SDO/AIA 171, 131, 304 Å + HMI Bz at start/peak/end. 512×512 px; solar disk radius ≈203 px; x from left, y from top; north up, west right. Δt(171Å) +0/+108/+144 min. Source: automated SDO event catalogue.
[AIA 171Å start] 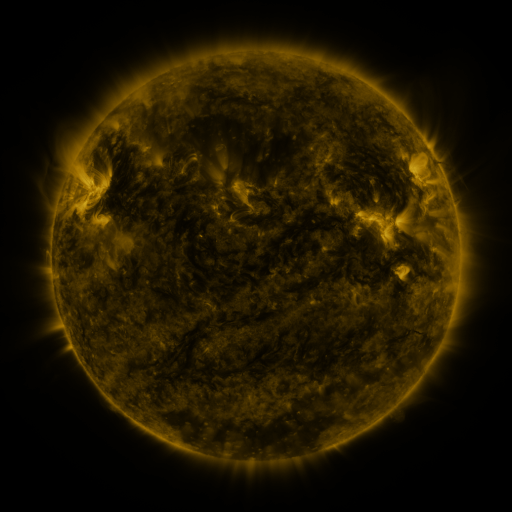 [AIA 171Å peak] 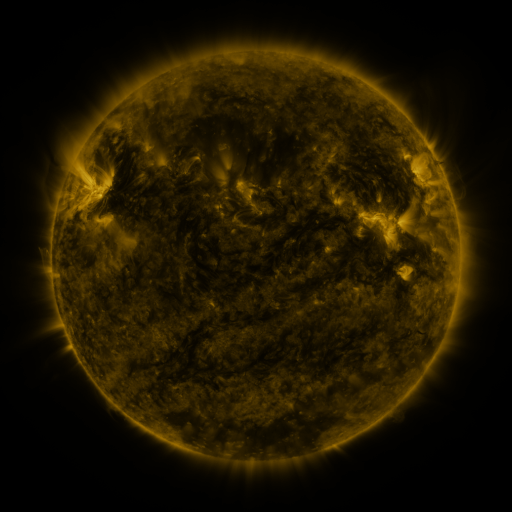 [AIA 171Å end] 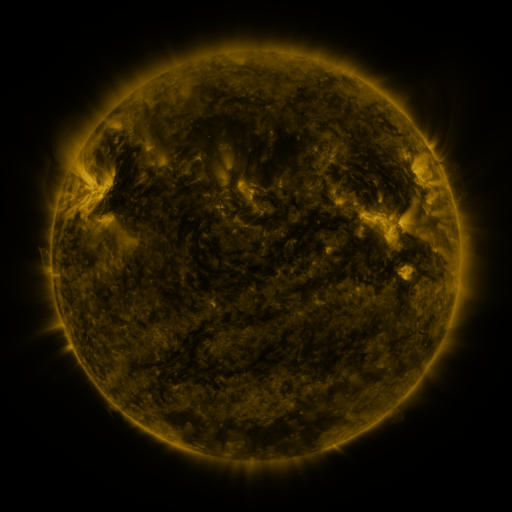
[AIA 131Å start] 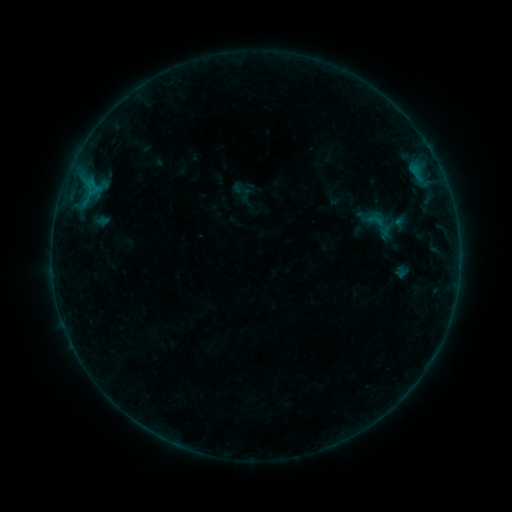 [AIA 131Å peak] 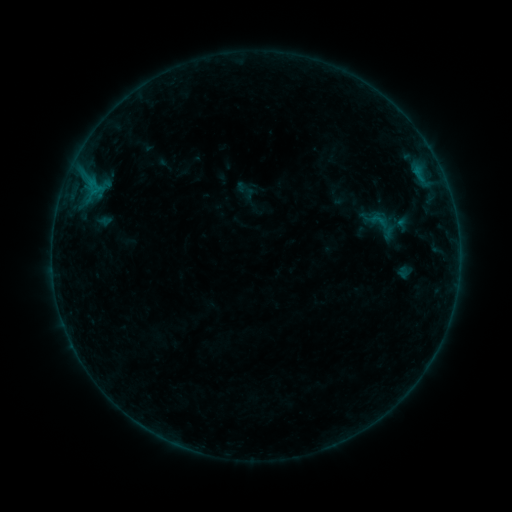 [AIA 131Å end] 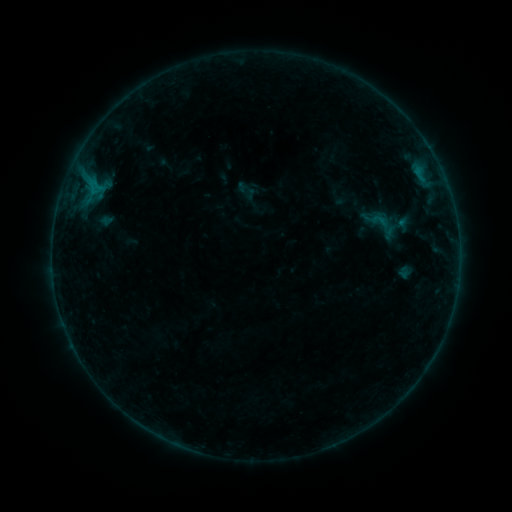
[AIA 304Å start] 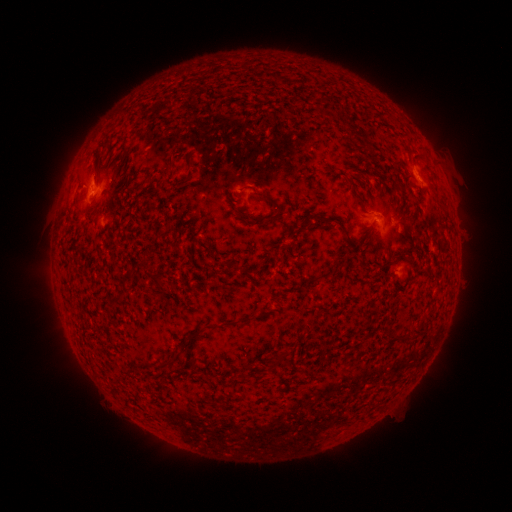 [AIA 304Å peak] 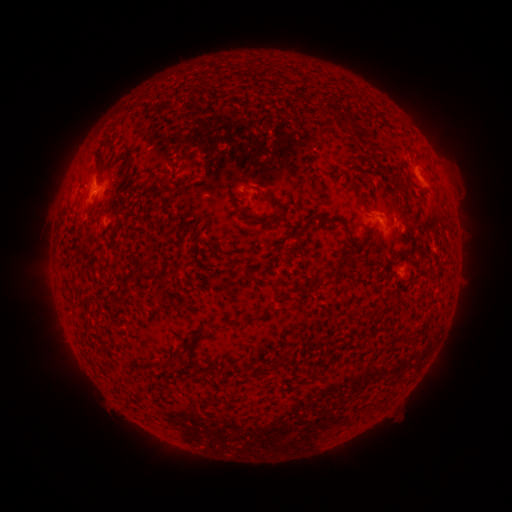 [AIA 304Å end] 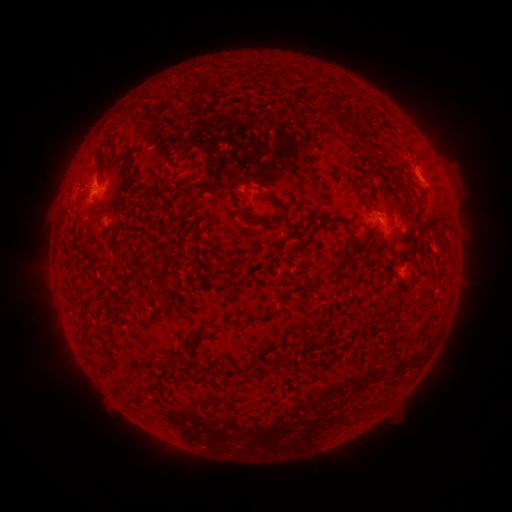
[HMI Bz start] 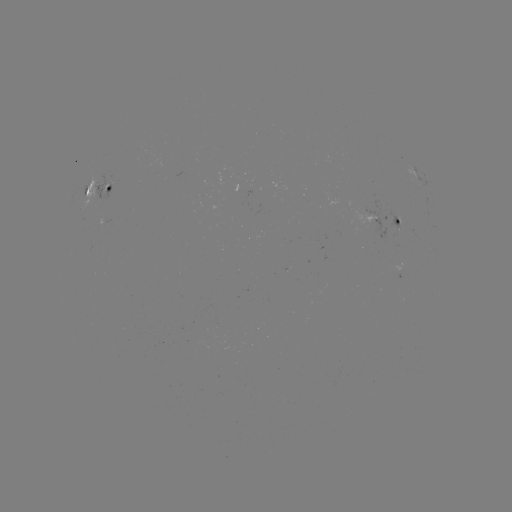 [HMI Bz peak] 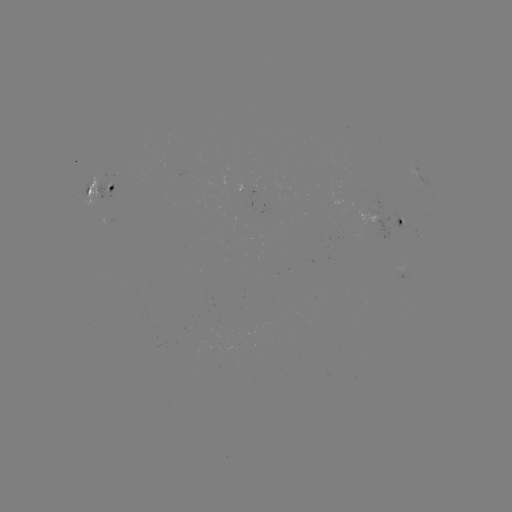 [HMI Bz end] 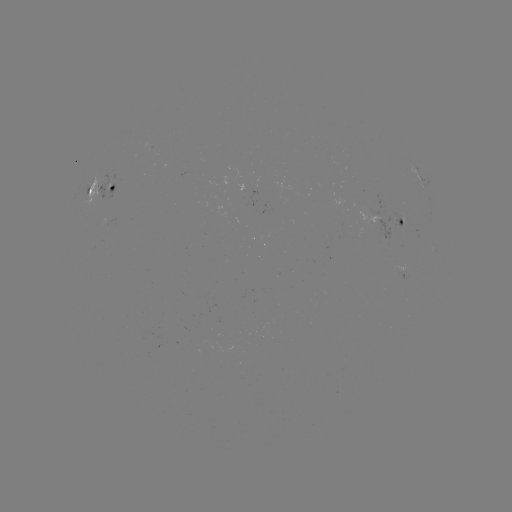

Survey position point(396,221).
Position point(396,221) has emerging-flux region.